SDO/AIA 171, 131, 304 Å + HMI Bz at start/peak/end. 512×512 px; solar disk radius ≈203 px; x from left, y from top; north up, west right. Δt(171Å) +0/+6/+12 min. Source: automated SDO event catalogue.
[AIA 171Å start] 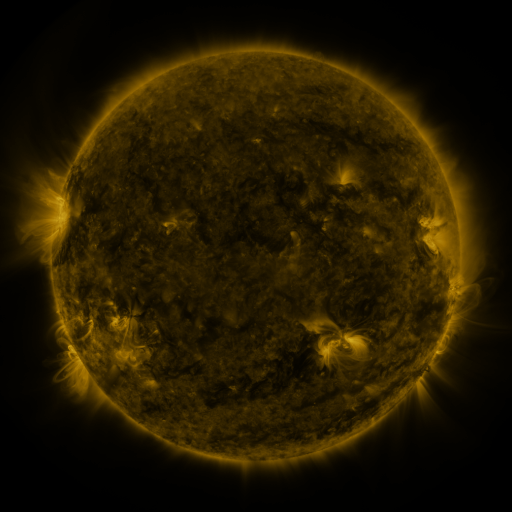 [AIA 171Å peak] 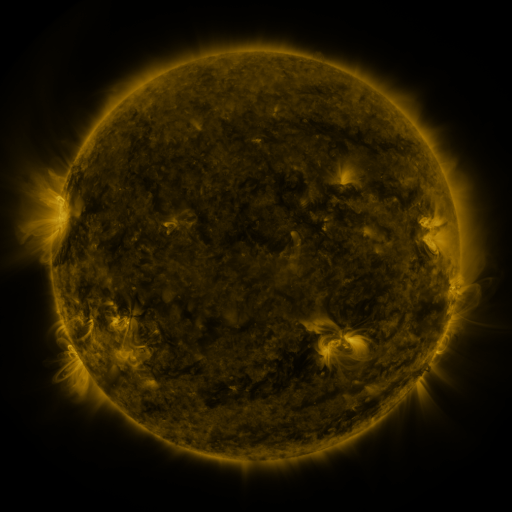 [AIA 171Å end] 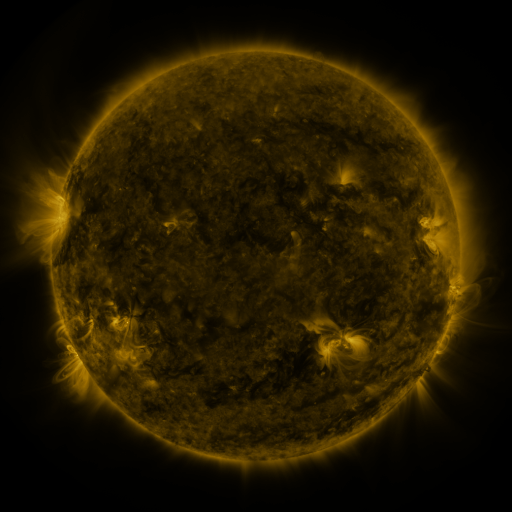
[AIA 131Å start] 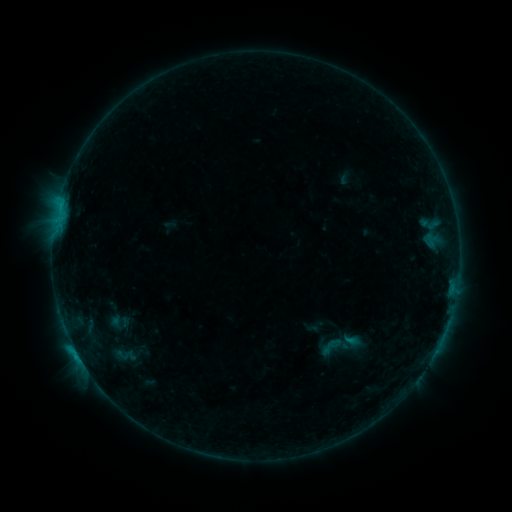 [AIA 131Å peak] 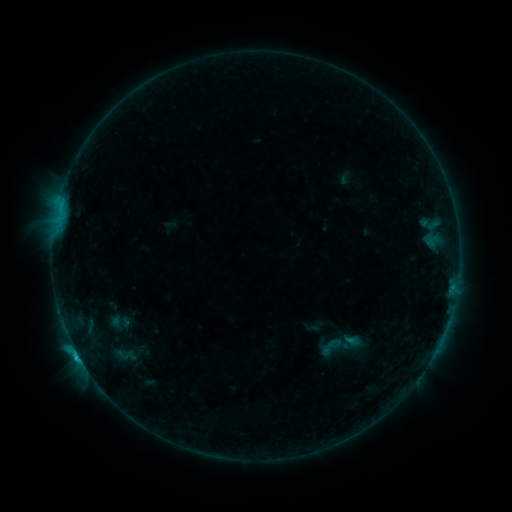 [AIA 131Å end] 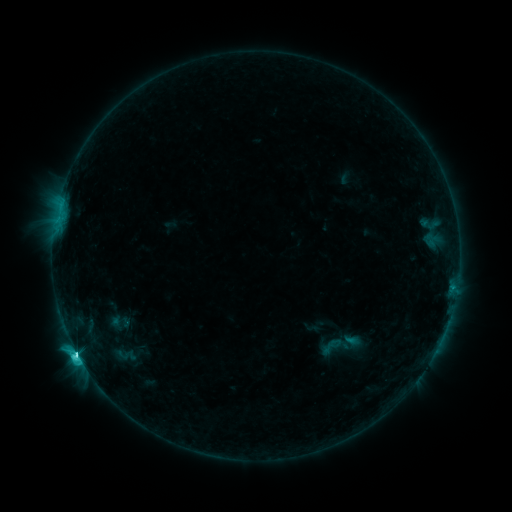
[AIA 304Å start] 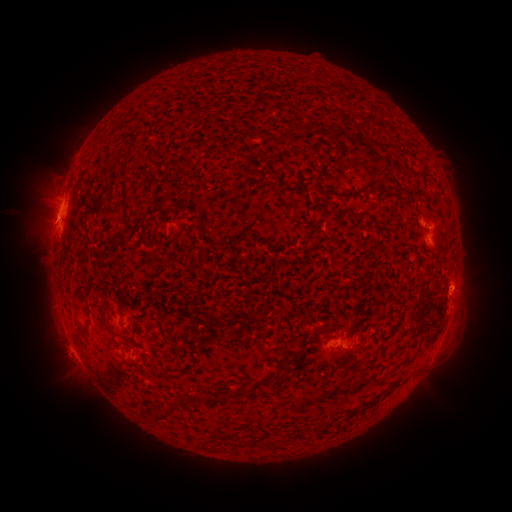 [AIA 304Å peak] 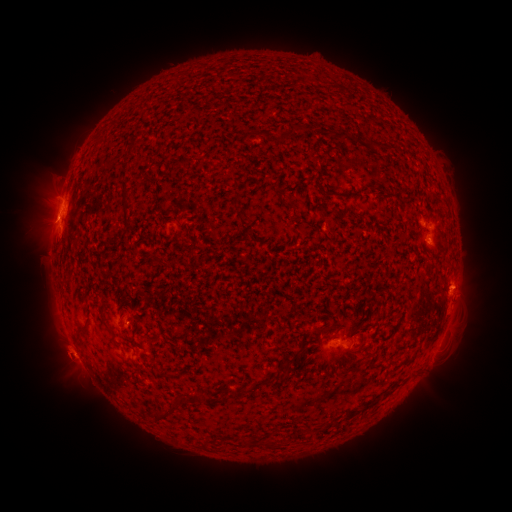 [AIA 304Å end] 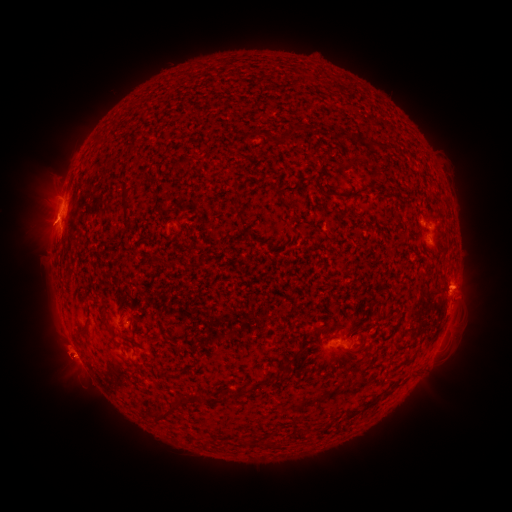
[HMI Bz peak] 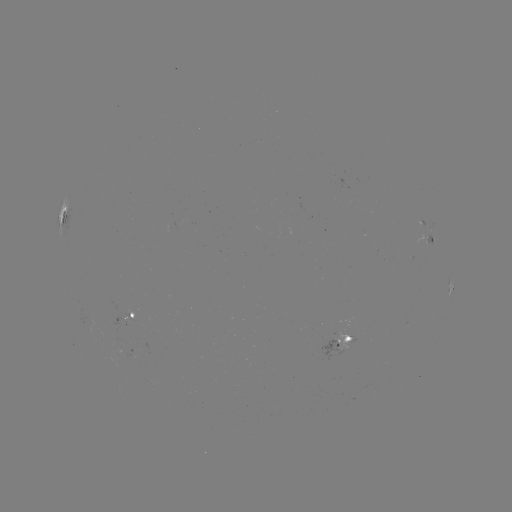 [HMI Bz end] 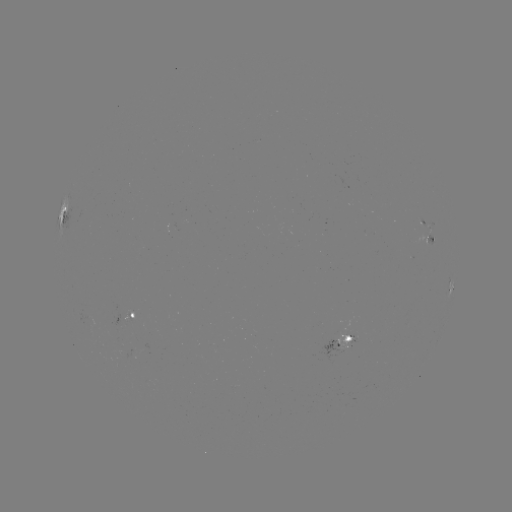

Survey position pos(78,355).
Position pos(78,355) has M1.7 flare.